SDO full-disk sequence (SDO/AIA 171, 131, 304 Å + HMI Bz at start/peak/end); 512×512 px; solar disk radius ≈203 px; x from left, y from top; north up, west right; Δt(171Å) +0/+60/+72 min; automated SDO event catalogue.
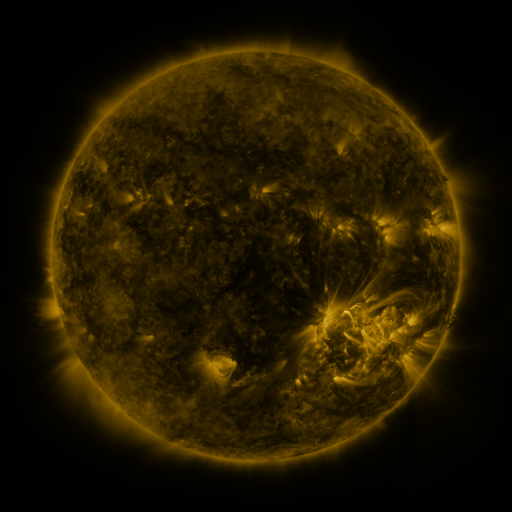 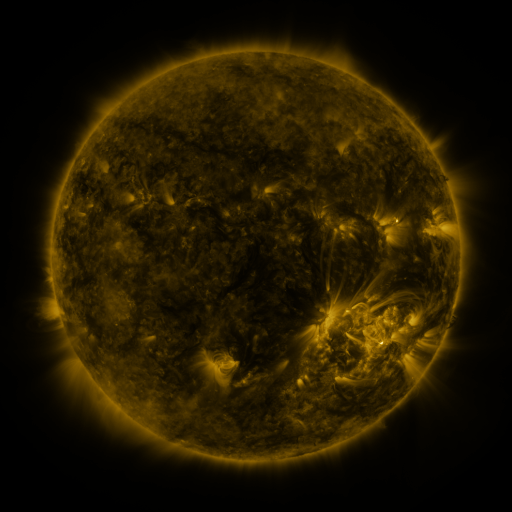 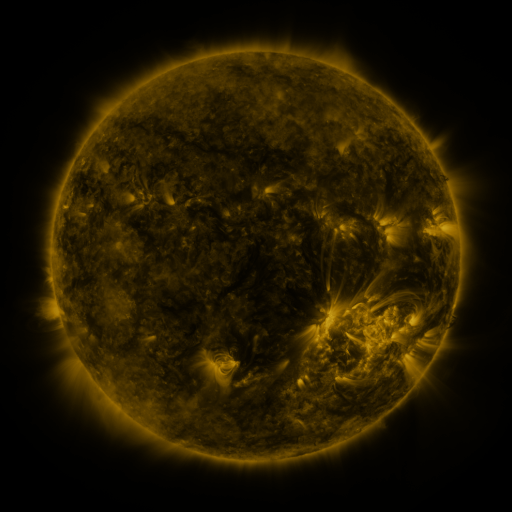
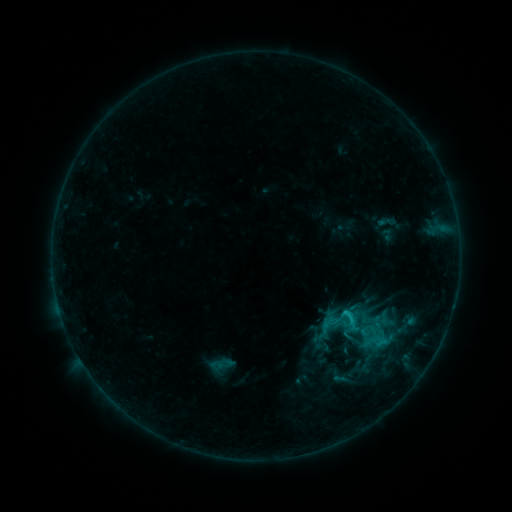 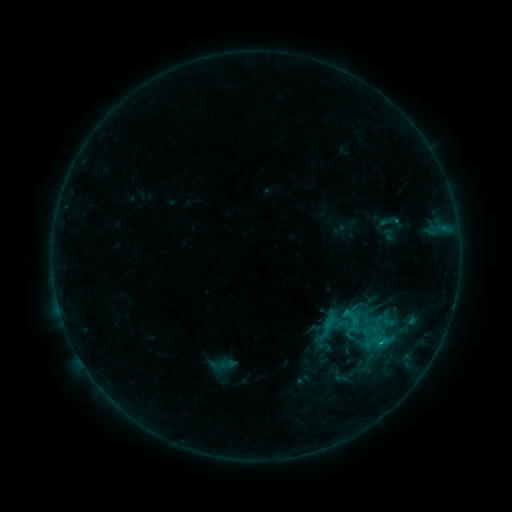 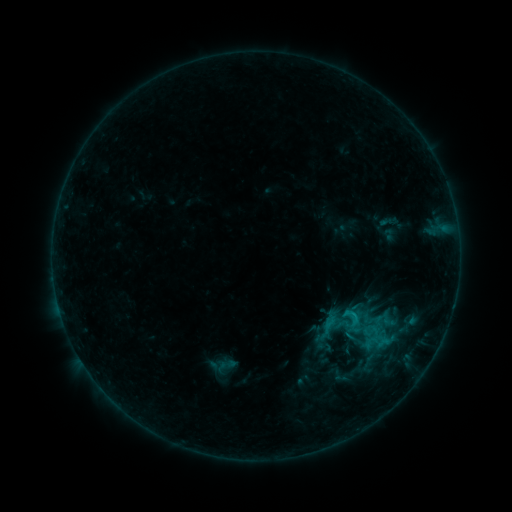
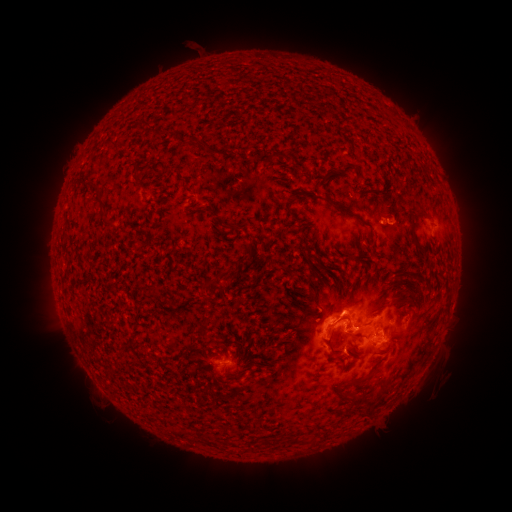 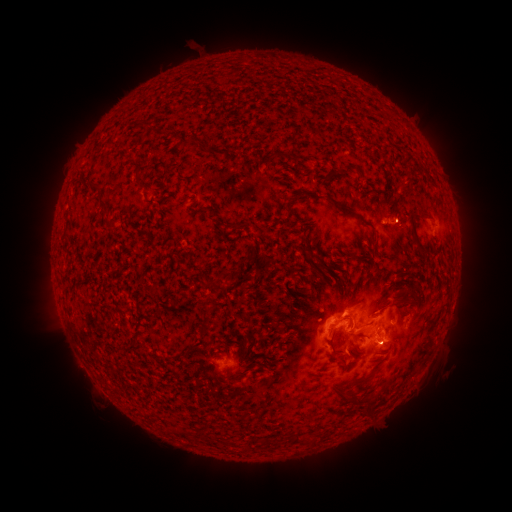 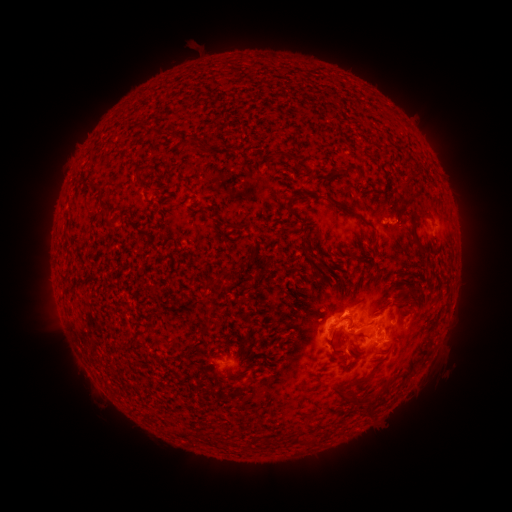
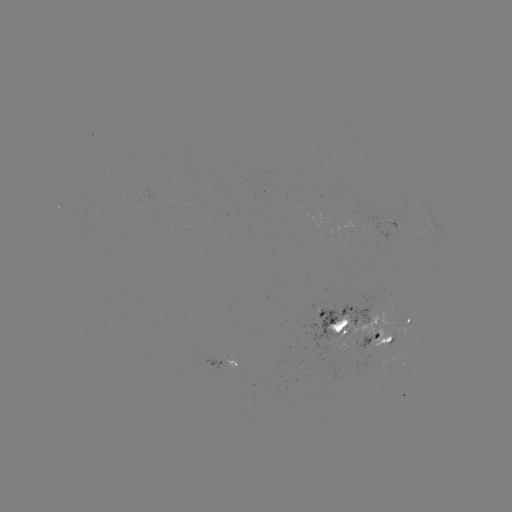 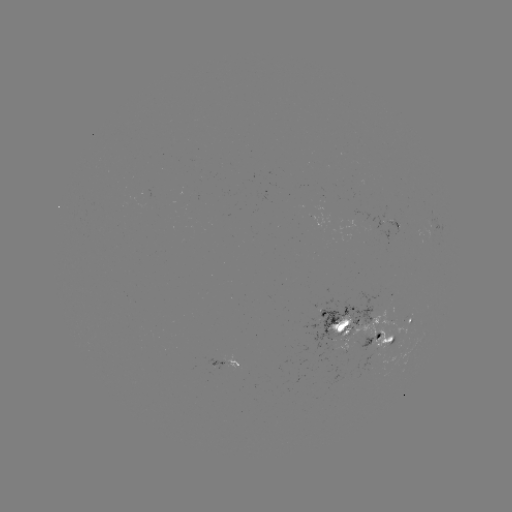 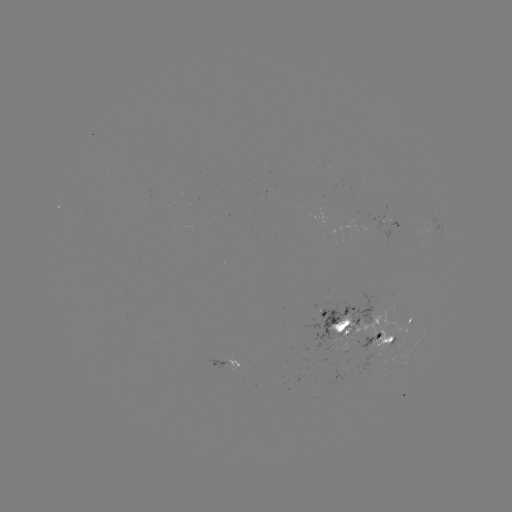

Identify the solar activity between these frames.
emerging-flux region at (358, 218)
